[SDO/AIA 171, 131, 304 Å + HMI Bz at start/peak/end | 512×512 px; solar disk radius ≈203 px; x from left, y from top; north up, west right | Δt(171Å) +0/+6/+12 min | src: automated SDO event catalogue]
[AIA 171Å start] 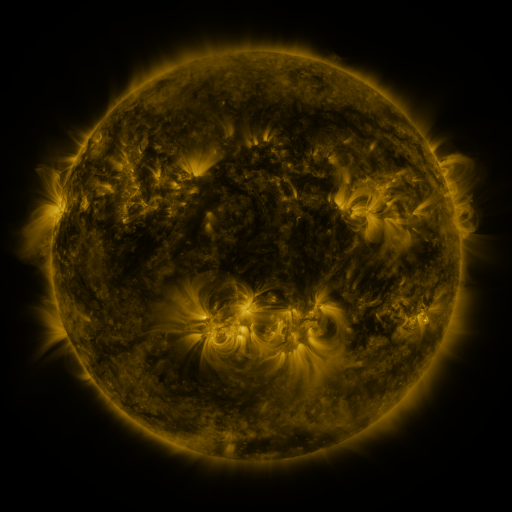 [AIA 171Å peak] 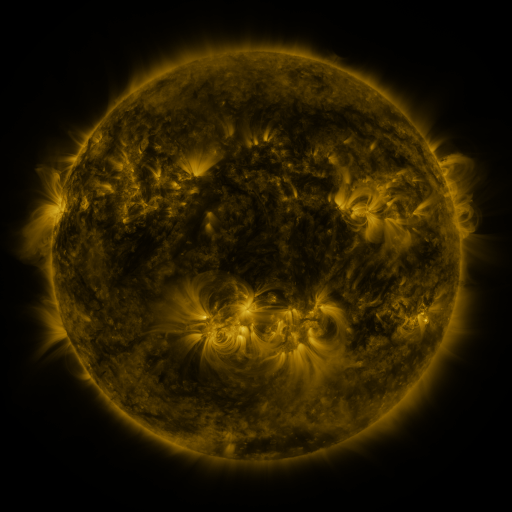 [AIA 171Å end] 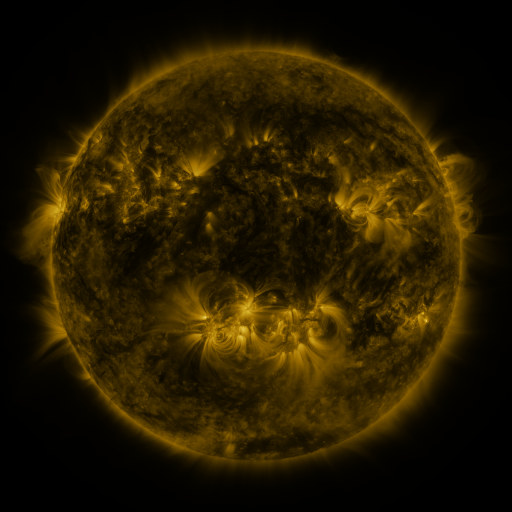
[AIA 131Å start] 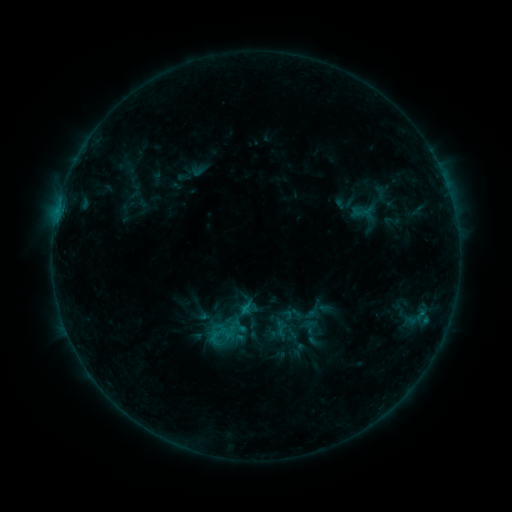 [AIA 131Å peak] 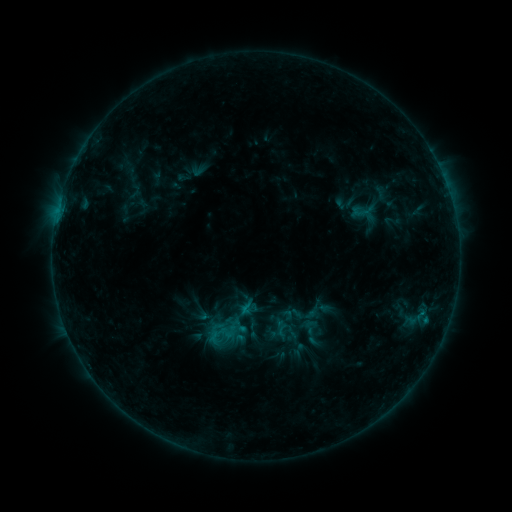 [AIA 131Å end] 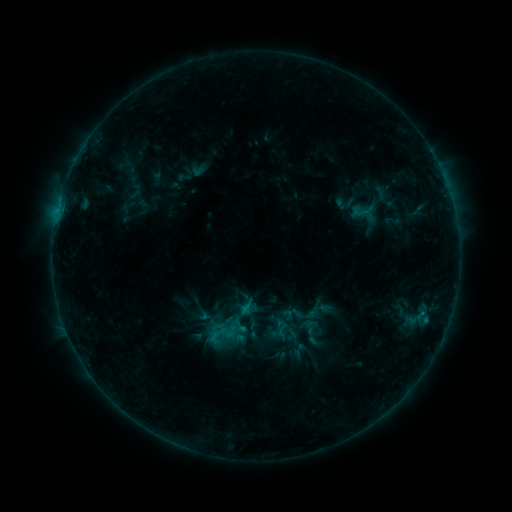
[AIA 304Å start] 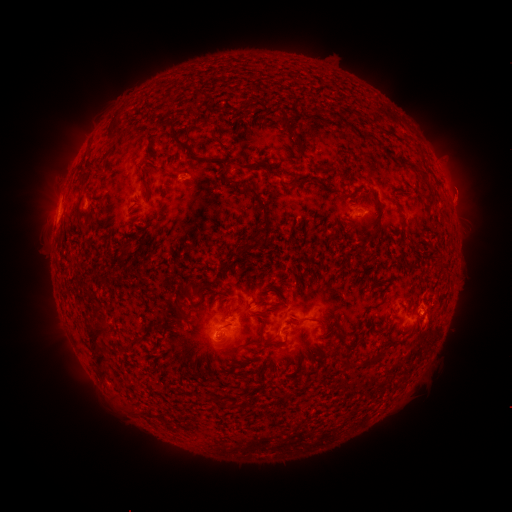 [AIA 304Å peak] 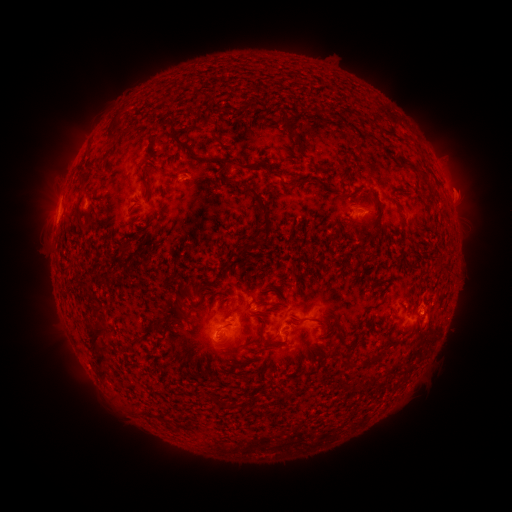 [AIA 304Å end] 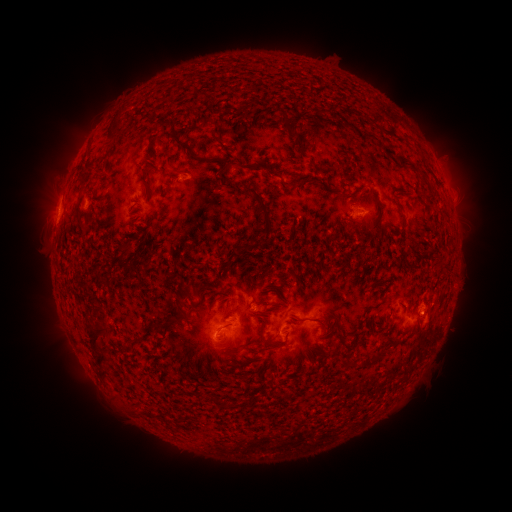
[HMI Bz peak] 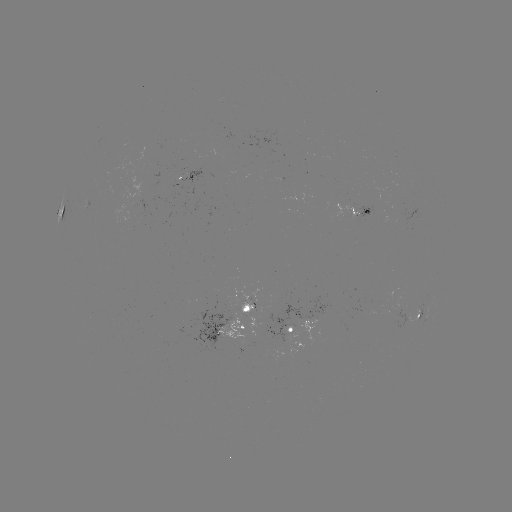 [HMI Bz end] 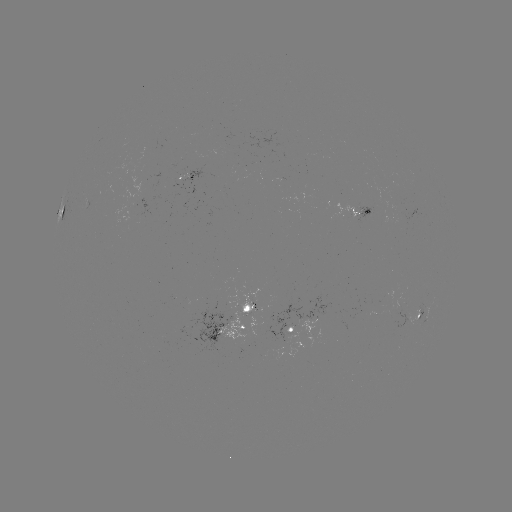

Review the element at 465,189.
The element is eruption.